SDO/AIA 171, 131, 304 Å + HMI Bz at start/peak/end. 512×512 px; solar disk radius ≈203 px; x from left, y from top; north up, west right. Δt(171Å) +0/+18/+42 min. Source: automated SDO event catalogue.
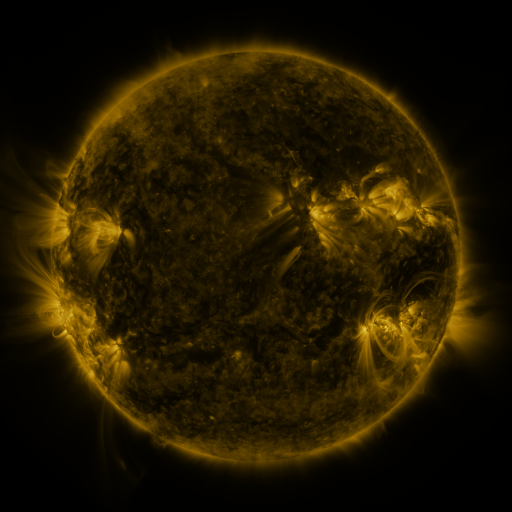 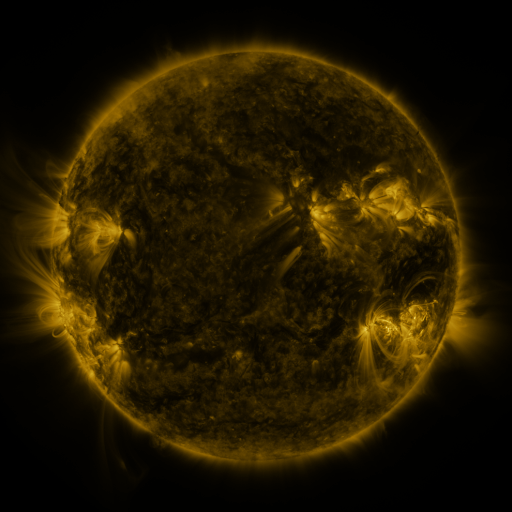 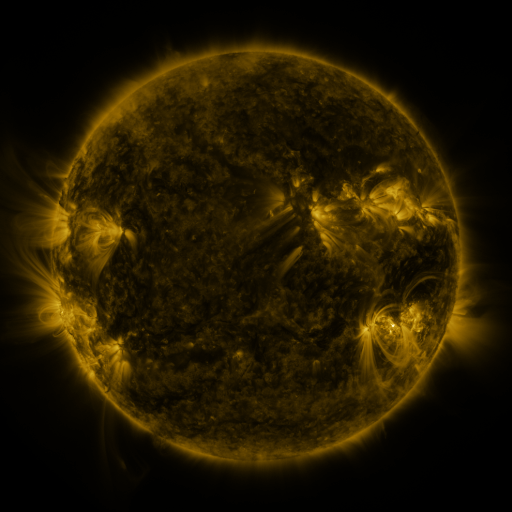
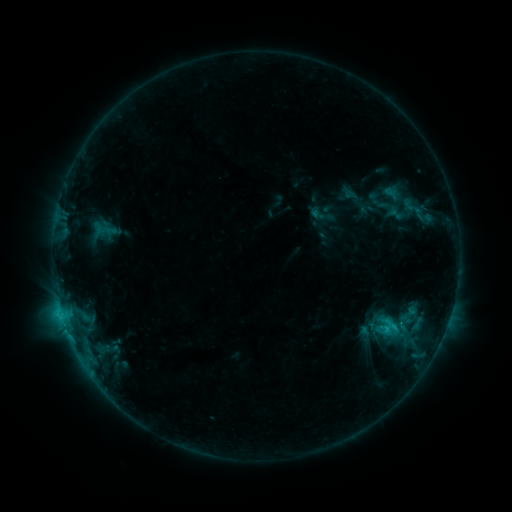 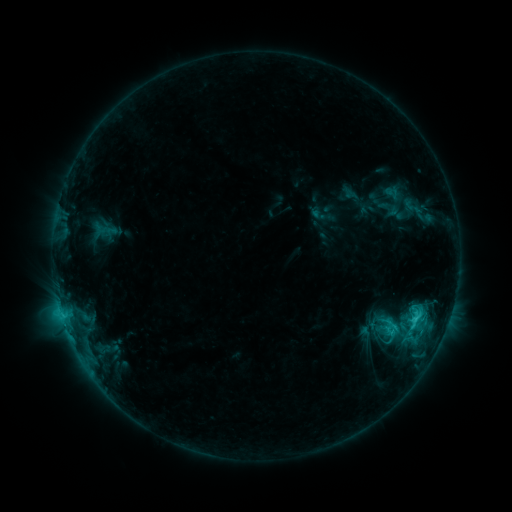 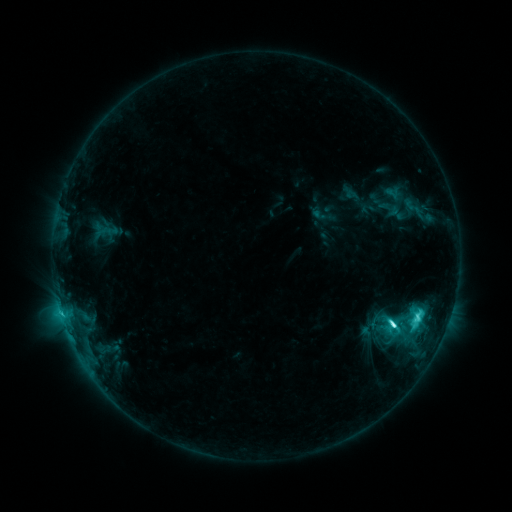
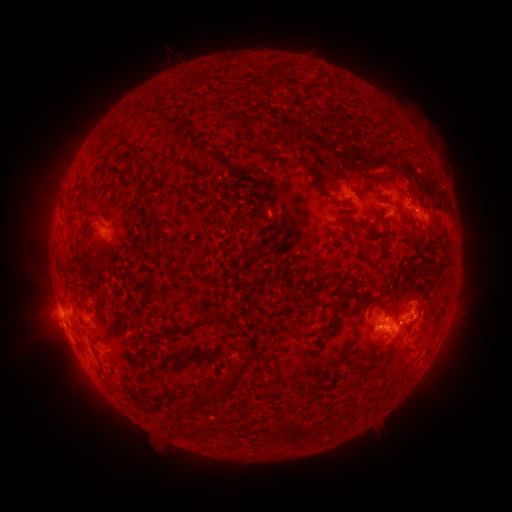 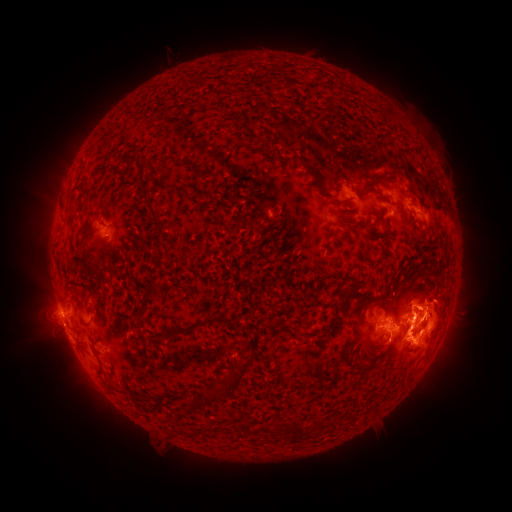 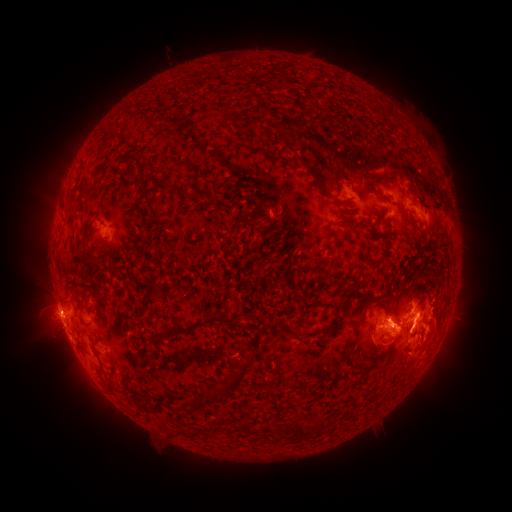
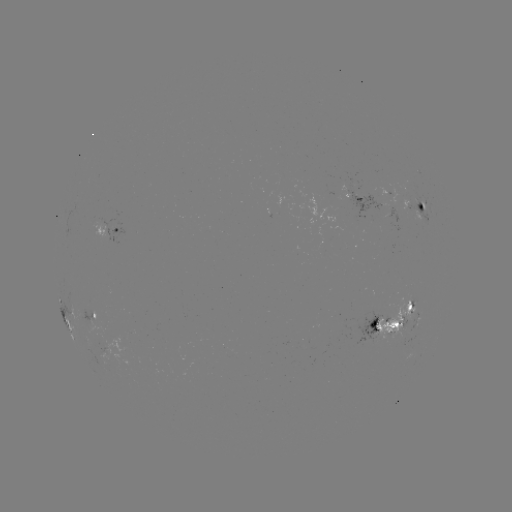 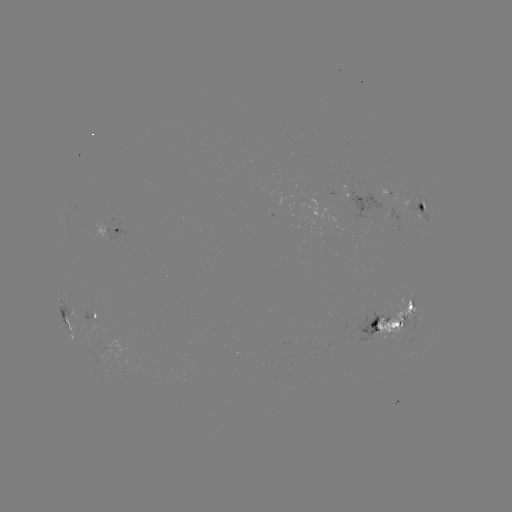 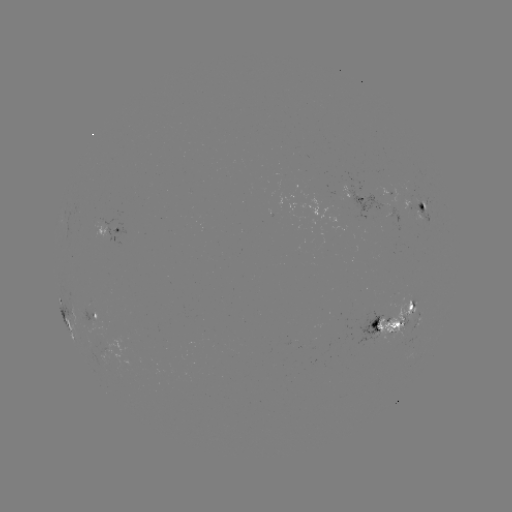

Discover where eruption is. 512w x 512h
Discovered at [430, 327].